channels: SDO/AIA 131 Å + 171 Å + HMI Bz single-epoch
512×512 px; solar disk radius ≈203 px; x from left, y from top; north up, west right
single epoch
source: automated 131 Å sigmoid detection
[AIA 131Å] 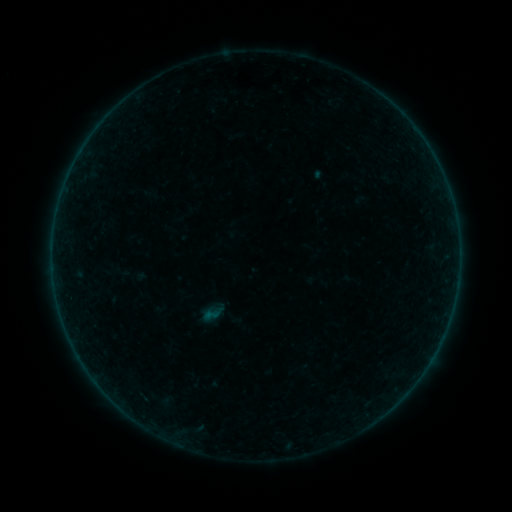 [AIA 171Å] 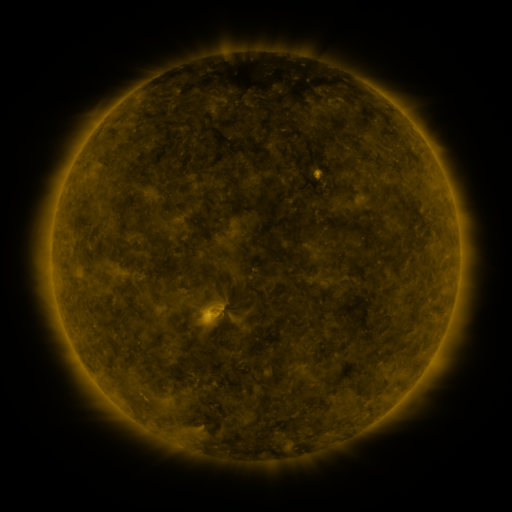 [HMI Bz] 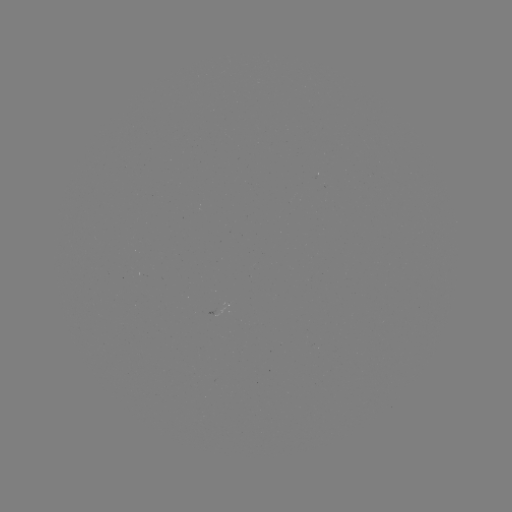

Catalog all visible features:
sigmoid: (211, 315)
